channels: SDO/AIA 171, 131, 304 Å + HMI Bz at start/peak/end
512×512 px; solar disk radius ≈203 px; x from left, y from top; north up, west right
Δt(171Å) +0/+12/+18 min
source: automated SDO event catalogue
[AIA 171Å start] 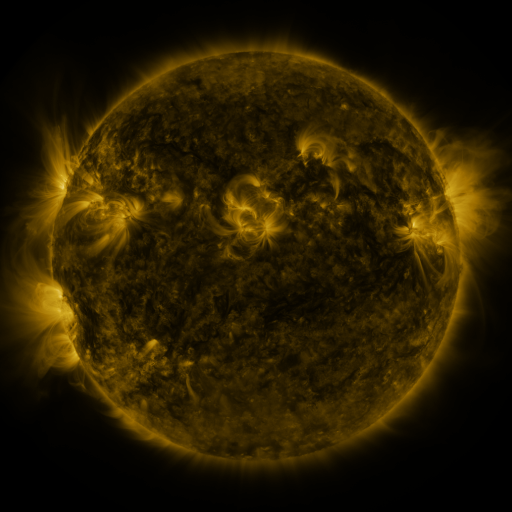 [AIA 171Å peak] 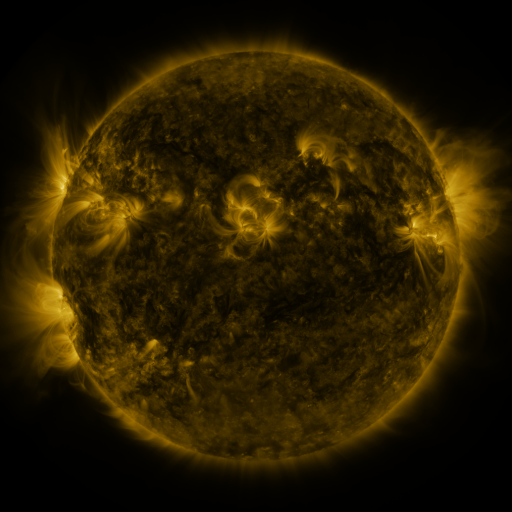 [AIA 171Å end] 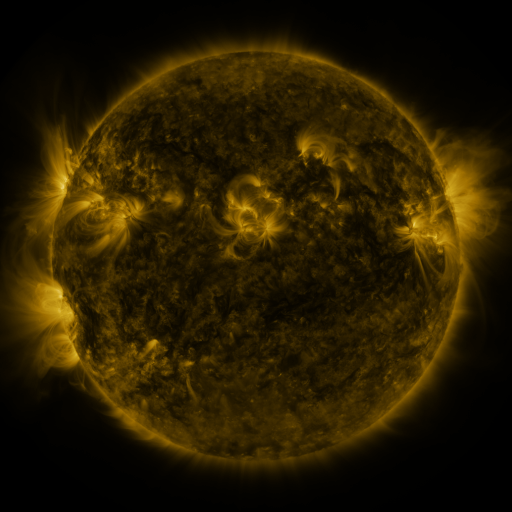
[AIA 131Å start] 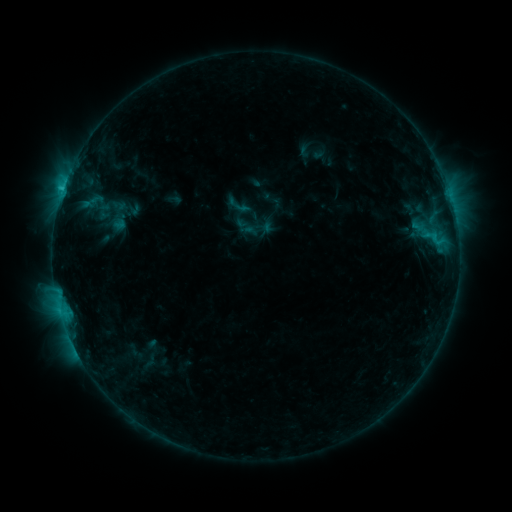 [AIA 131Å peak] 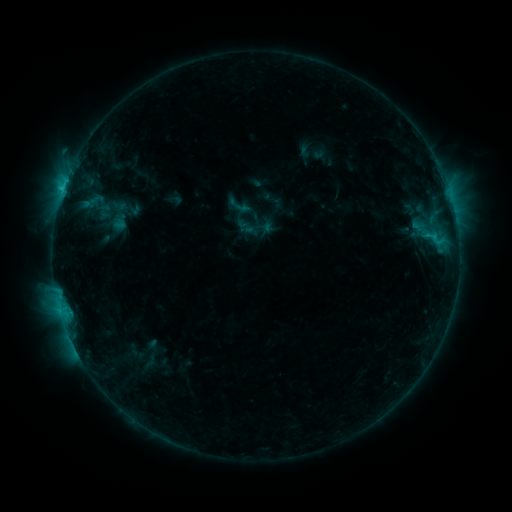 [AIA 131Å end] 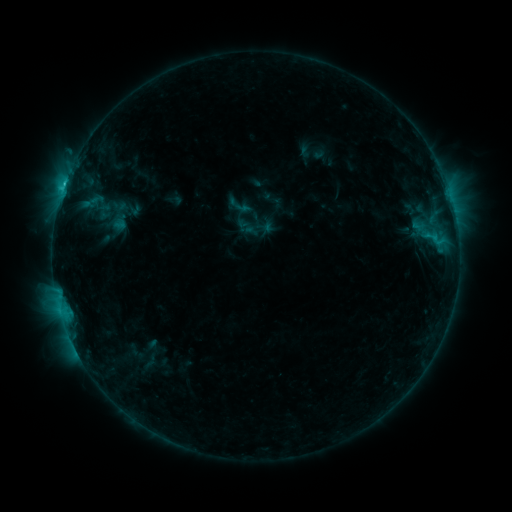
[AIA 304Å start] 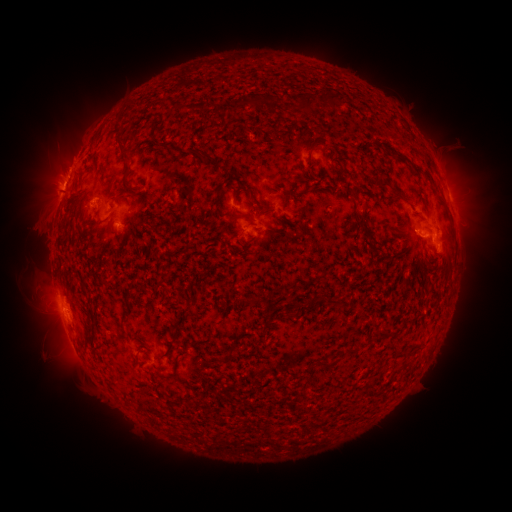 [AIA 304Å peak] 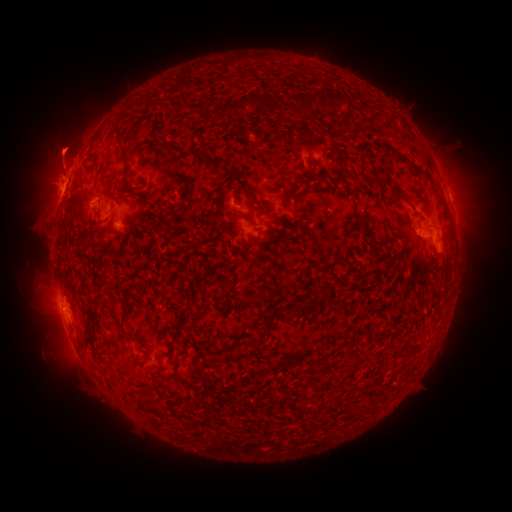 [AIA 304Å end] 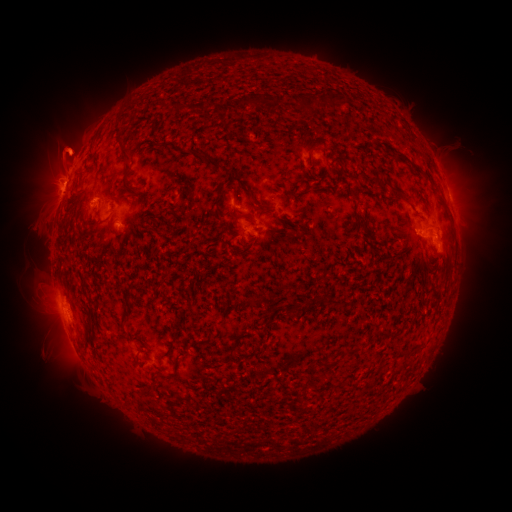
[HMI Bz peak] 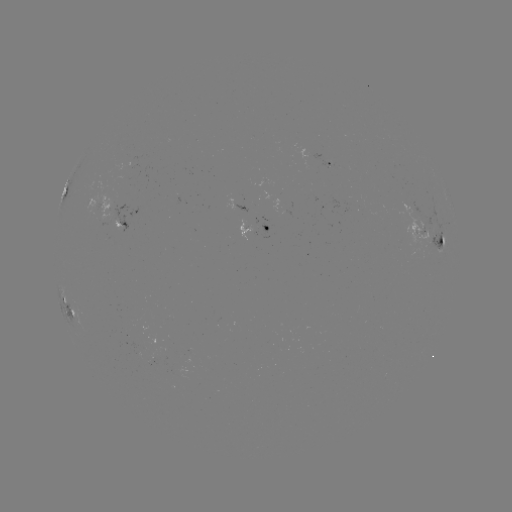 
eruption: <bbox>28, 86, 98, 192</bbox>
